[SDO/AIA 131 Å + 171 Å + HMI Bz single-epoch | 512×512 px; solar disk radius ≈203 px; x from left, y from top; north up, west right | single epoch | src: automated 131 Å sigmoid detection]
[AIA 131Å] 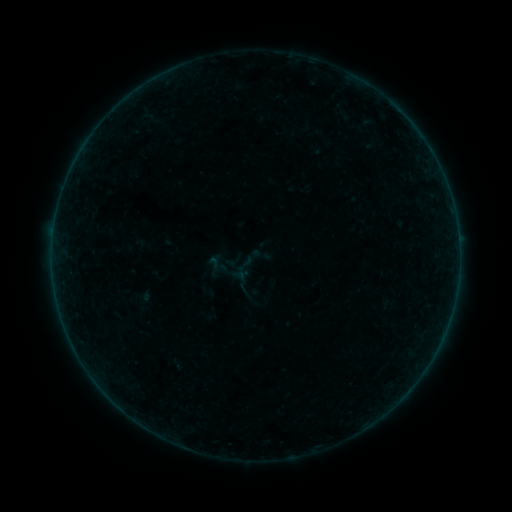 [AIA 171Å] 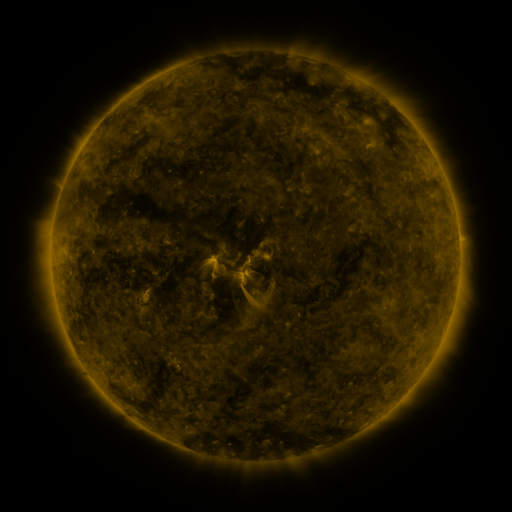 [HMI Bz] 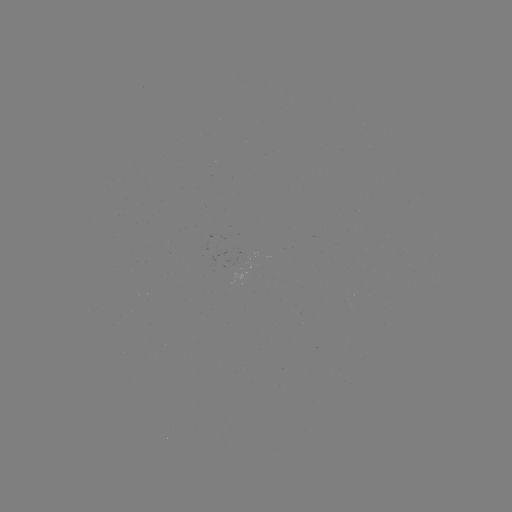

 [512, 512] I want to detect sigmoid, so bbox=[250, 244, 272, 266].